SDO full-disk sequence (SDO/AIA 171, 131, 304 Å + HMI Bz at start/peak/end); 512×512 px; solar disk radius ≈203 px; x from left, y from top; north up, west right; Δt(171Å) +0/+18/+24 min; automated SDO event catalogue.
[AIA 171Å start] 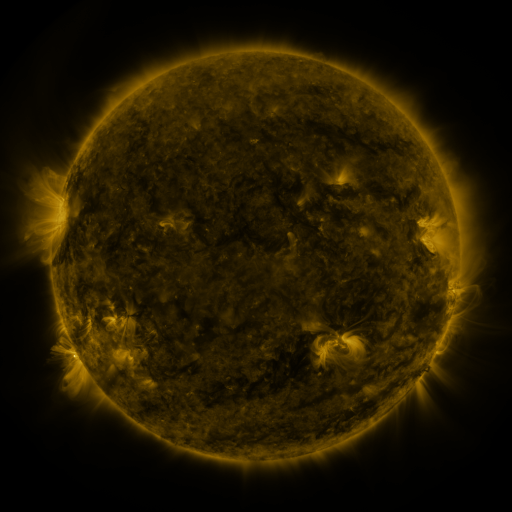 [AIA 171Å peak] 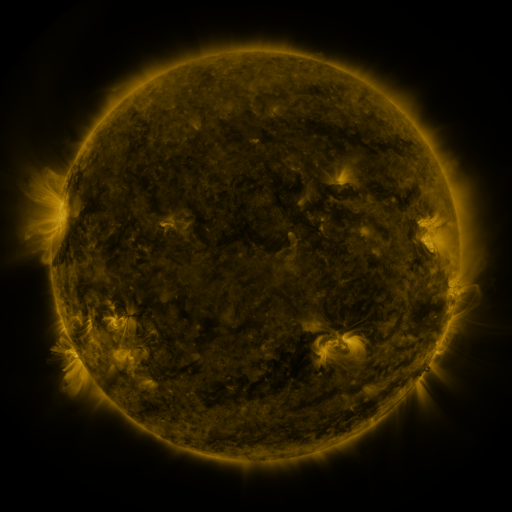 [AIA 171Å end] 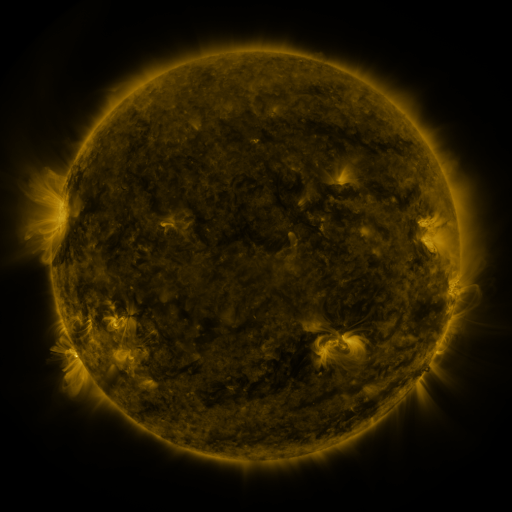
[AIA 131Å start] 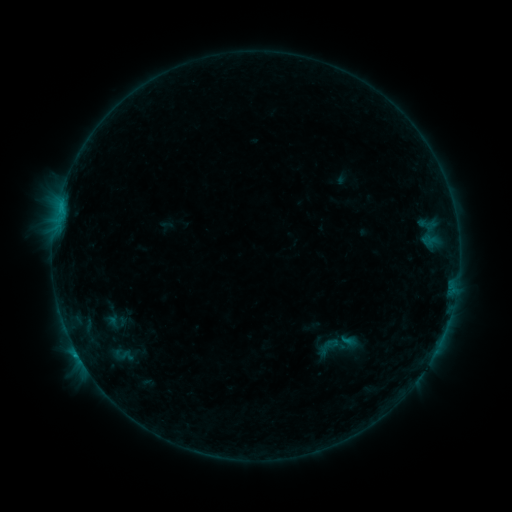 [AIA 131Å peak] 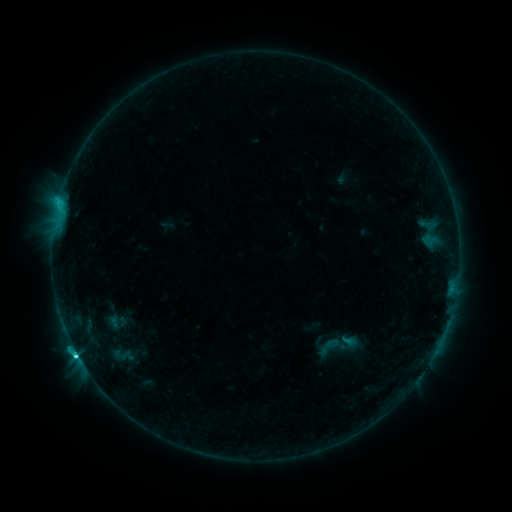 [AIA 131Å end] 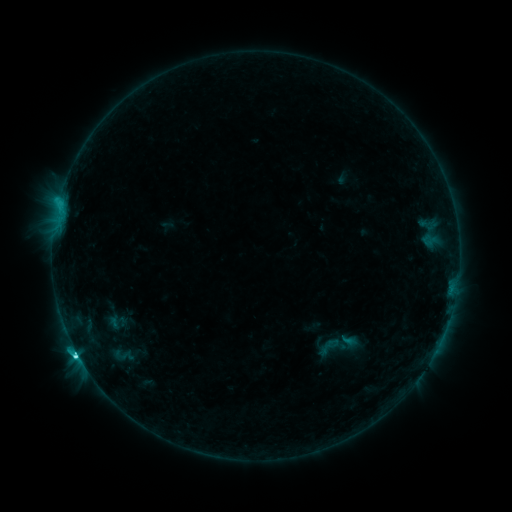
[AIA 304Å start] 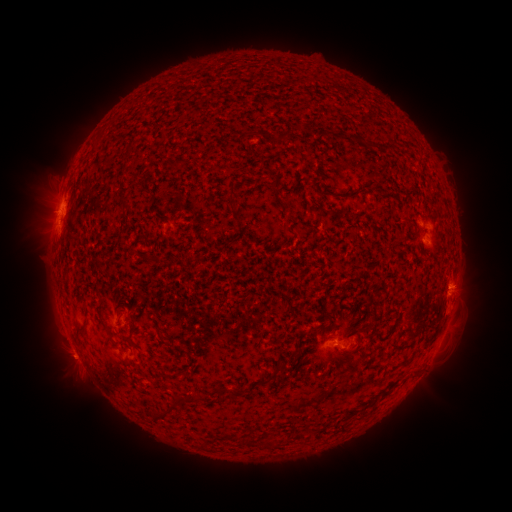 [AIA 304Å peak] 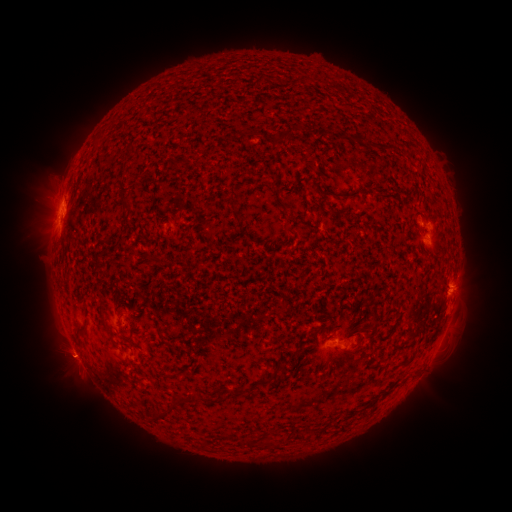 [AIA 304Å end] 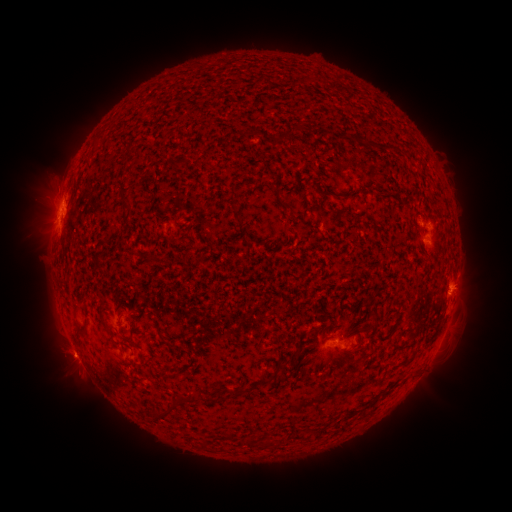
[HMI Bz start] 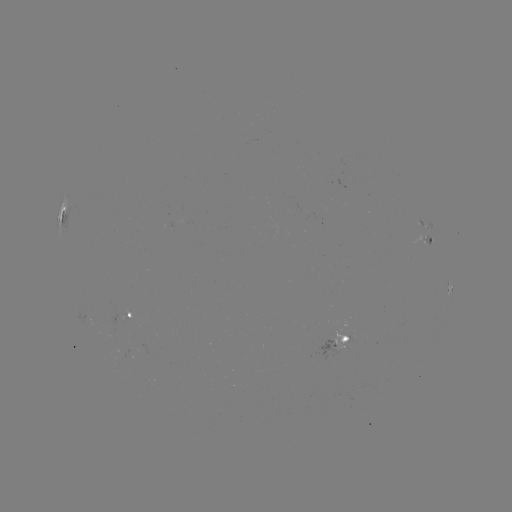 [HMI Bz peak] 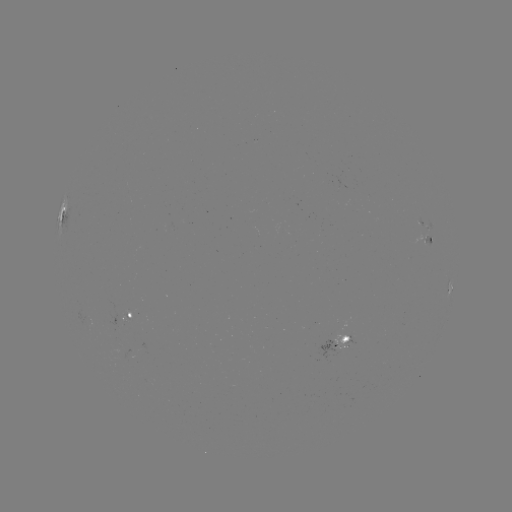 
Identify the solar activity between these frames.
C3.6 flare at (77, 352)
